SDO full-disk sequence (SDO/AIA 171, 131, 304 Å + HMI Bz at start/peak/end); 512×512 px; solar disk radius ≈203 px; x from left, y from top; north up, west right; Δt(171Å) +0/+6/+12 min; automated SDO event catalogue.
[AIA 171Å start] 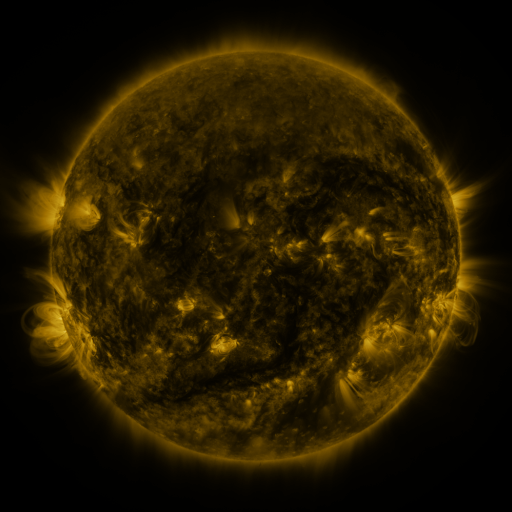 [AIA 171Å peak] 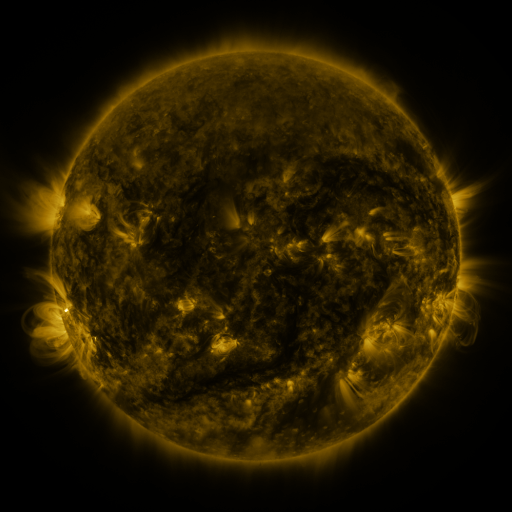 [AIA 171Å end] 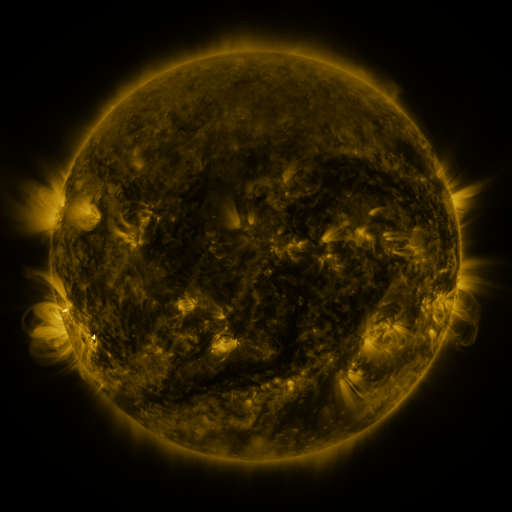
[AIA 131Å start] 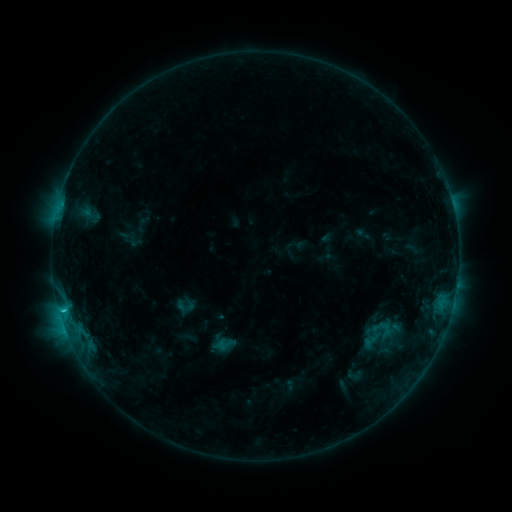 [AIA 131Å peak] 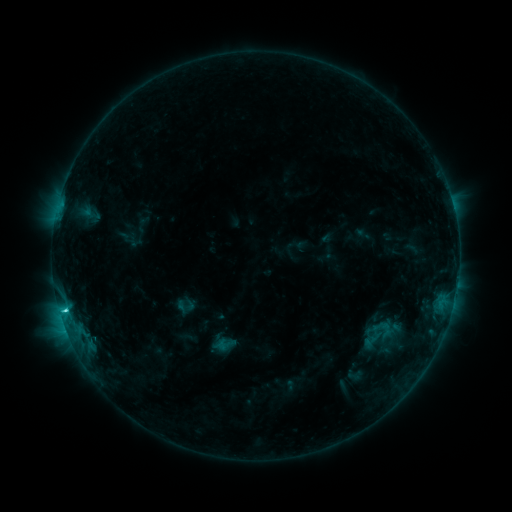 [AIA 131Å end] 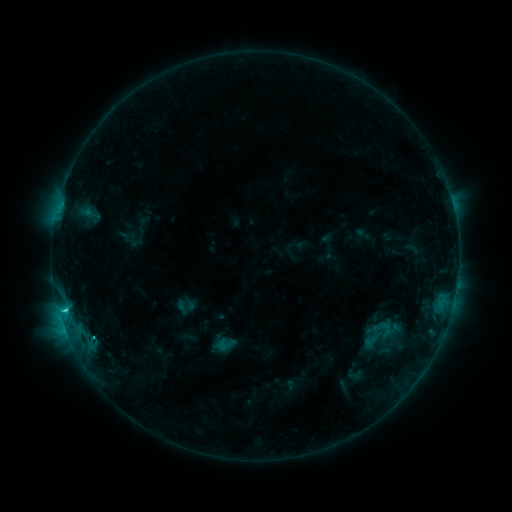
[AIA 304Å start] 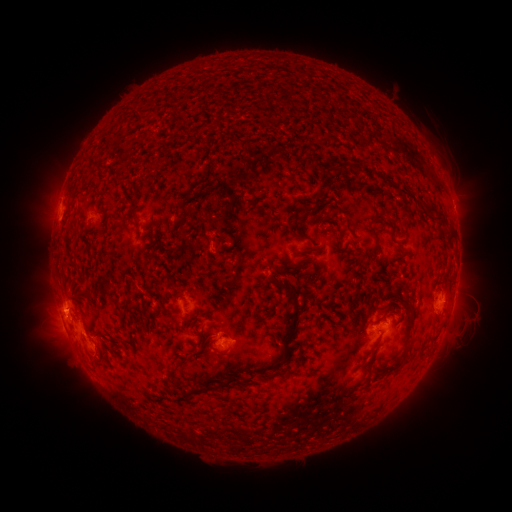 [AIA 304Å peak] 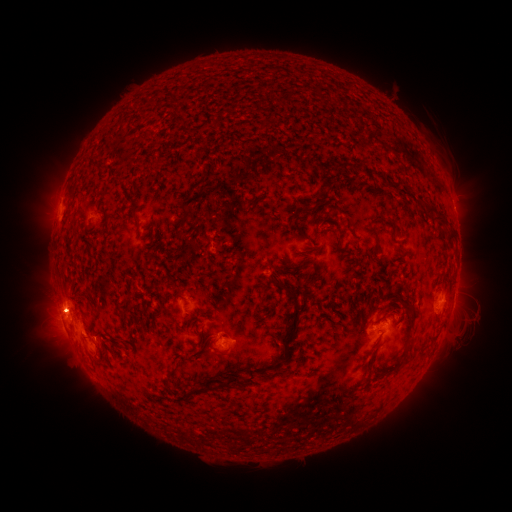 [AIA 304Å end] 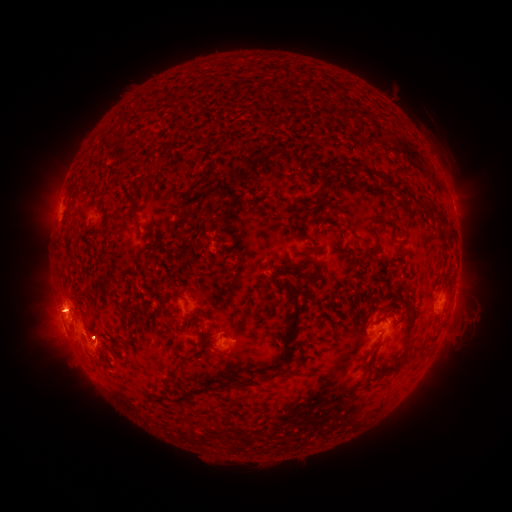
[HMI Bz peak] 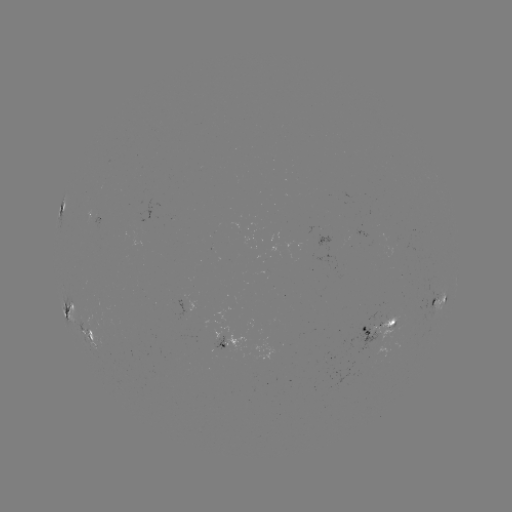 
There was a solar flare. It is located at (66, 308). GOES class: C3.8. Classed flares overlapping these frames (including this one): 1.